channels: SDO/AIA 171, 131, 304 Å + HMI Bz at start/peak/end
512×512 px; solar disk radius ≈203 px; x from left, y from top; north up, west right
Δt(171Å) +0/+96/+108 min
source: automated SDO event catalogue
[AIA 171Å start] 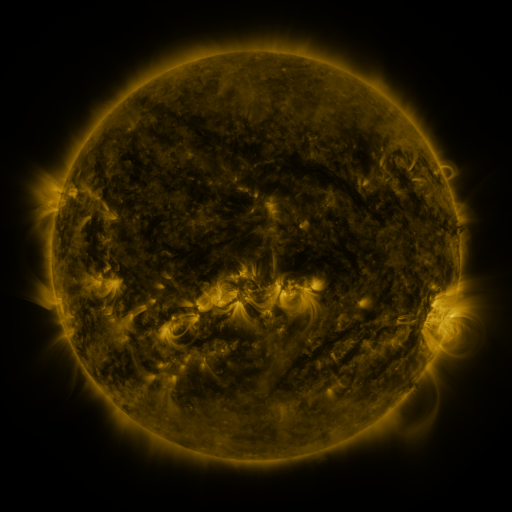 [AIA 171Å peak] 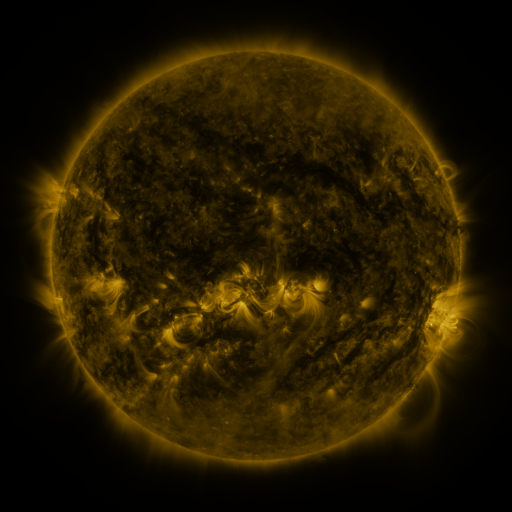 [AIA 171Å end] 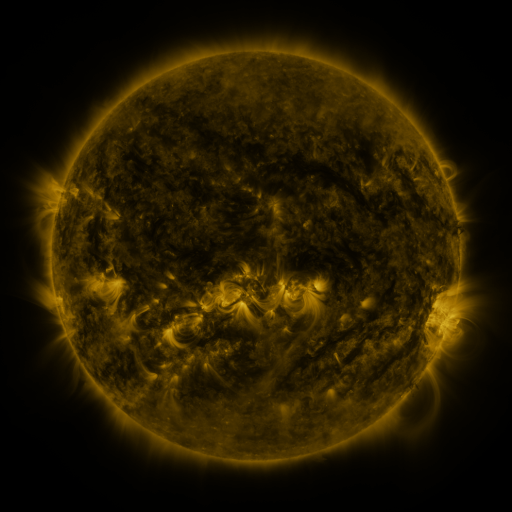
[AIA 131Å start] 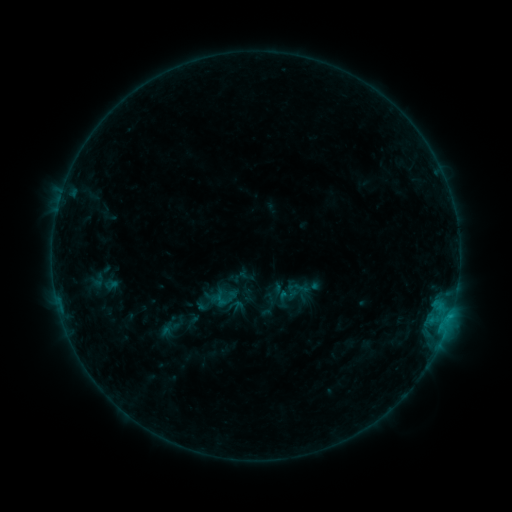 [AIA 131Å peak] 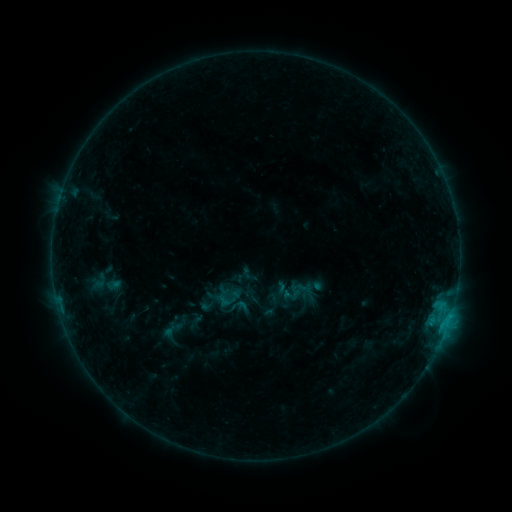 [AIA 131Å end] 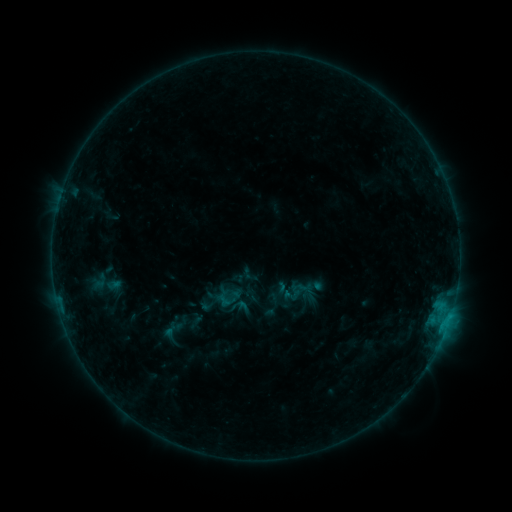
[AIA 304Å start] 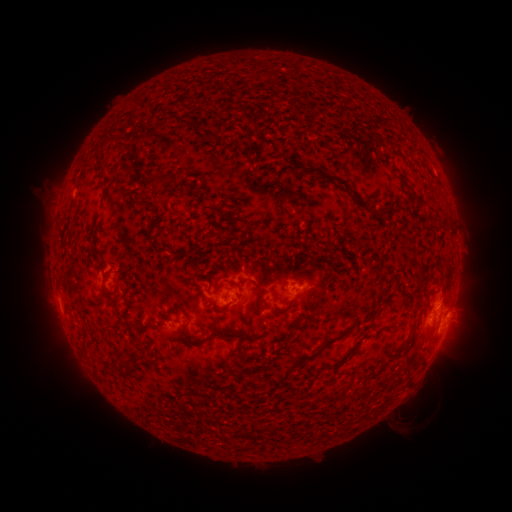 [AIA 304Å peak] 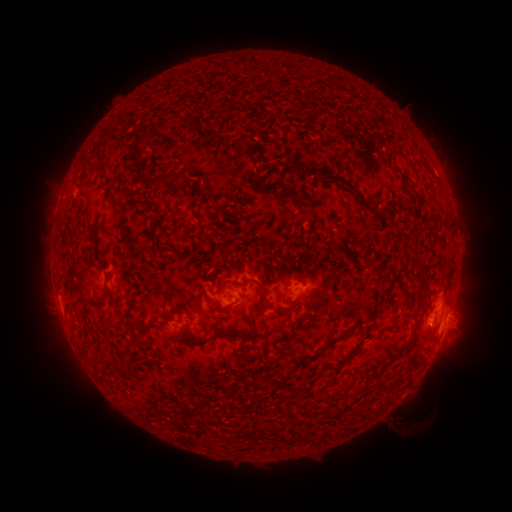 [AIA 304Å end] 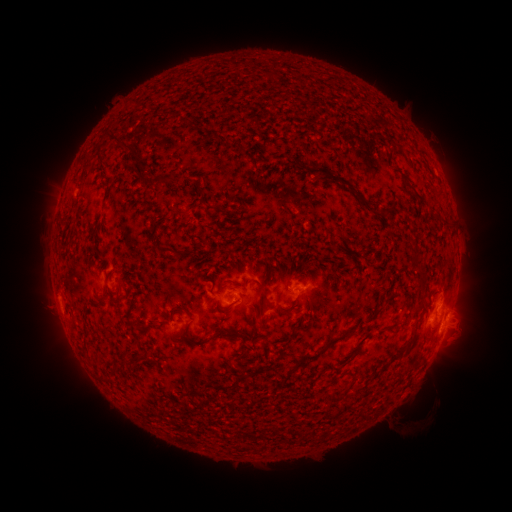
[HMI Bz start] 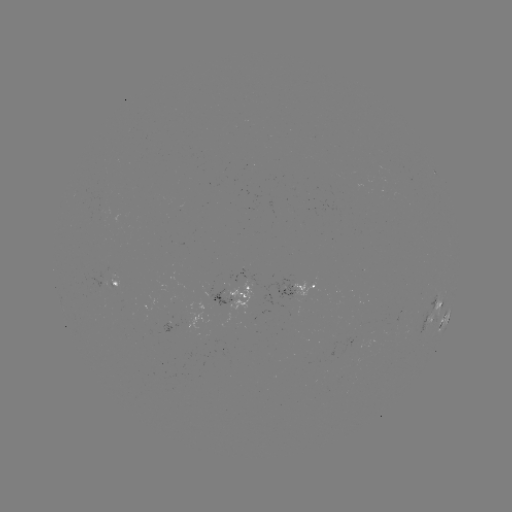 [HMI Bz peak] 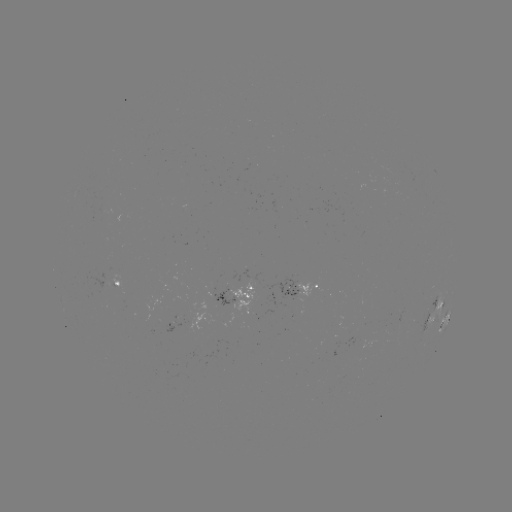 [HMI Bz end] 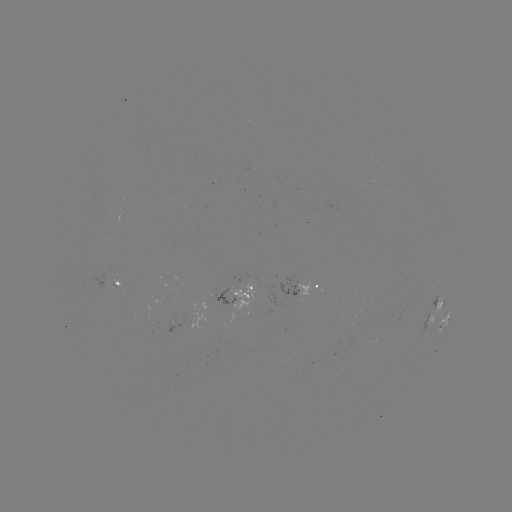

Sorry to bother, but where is emerging-flux region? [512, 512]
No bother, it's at [105, 204].